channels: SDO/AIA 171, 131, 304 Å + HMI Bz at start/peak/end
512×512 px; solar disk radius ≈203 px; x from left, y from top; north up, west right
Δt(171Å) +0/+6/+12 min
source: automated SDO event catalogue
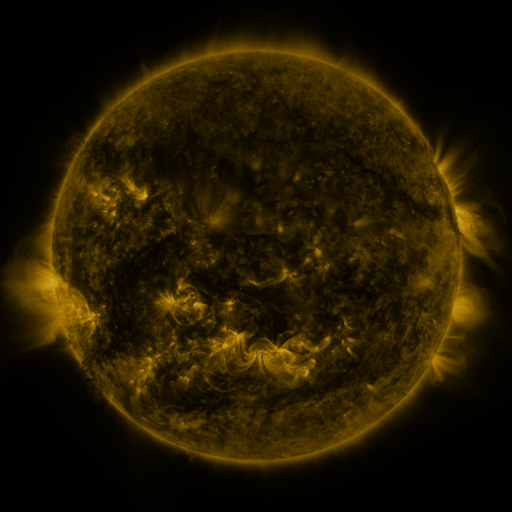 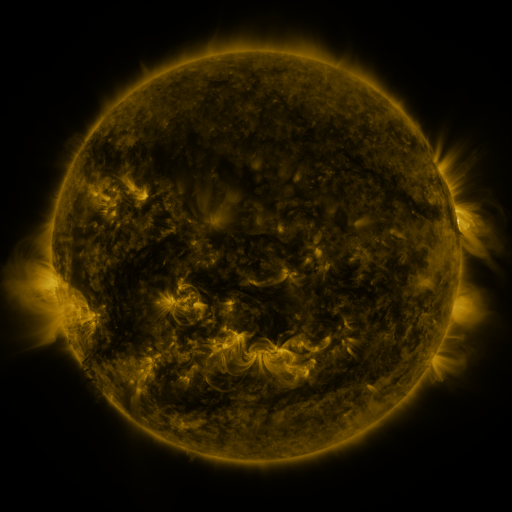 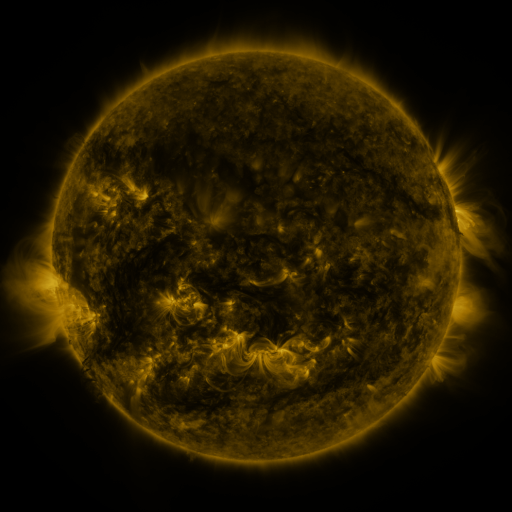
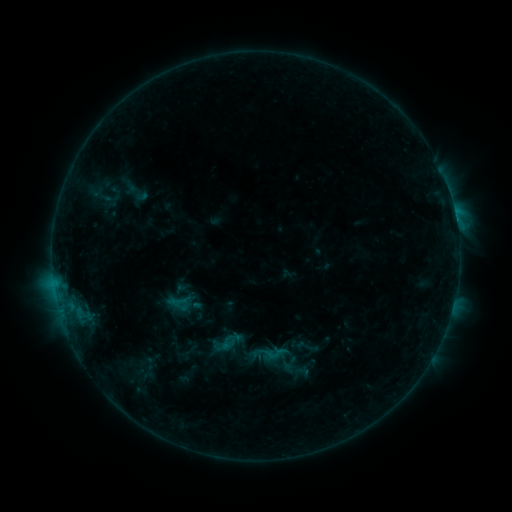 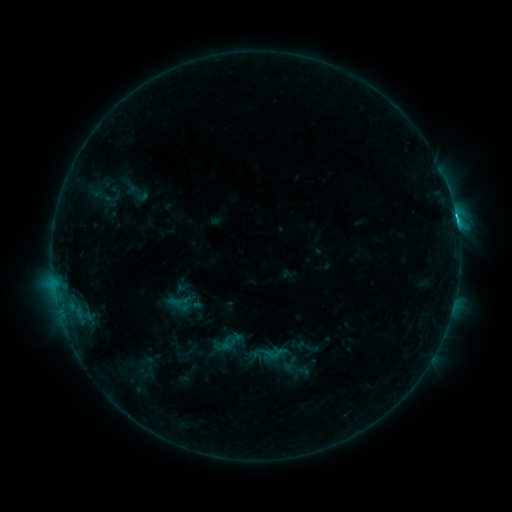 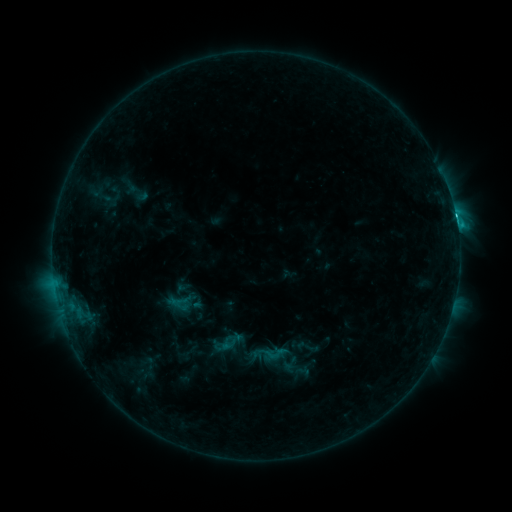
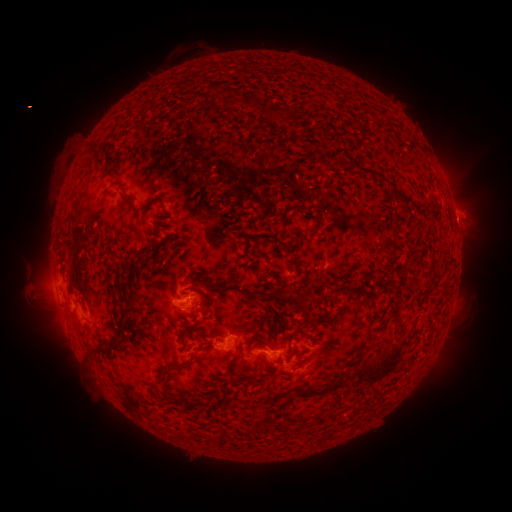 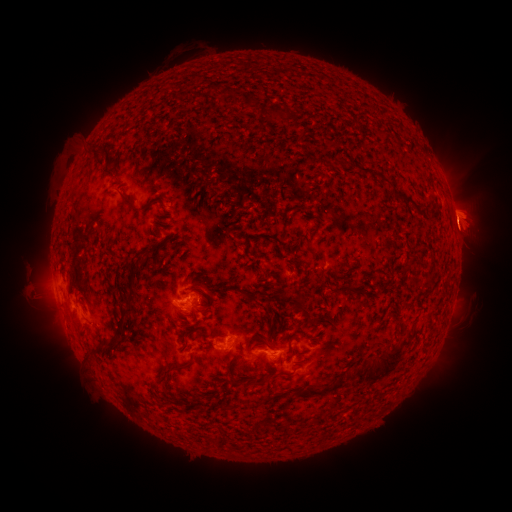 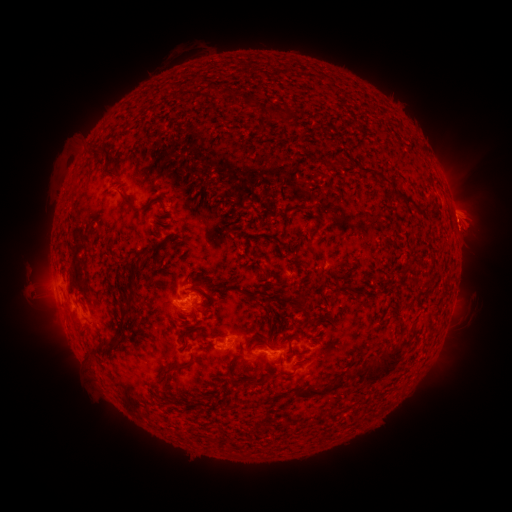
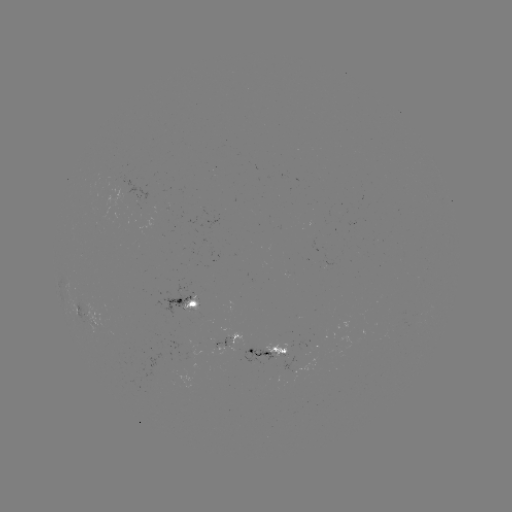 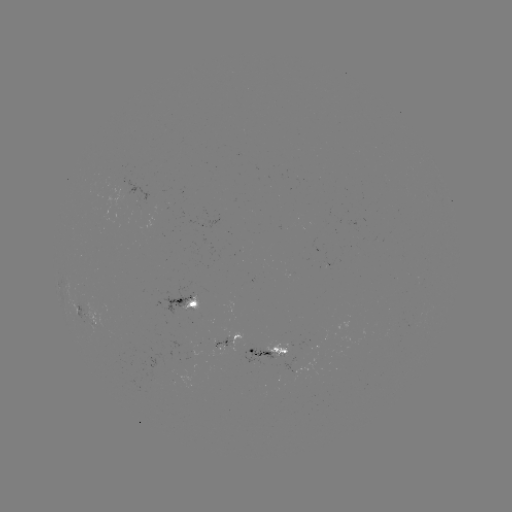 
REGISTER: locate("C4.9 flare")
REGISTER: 456,221